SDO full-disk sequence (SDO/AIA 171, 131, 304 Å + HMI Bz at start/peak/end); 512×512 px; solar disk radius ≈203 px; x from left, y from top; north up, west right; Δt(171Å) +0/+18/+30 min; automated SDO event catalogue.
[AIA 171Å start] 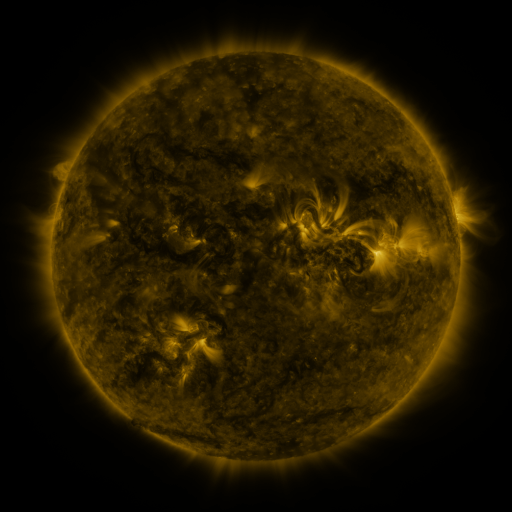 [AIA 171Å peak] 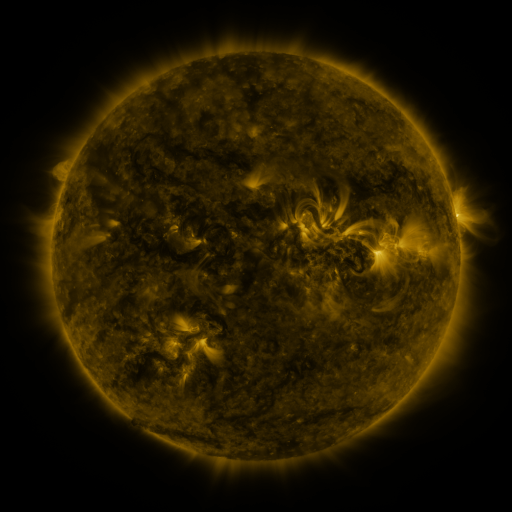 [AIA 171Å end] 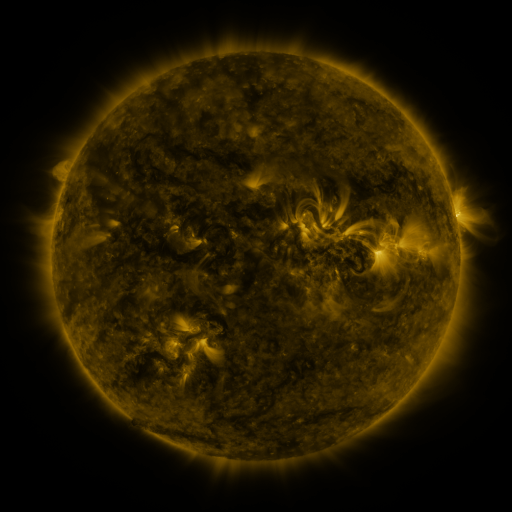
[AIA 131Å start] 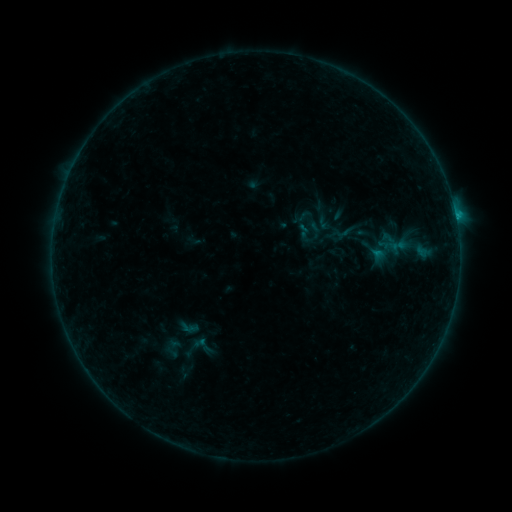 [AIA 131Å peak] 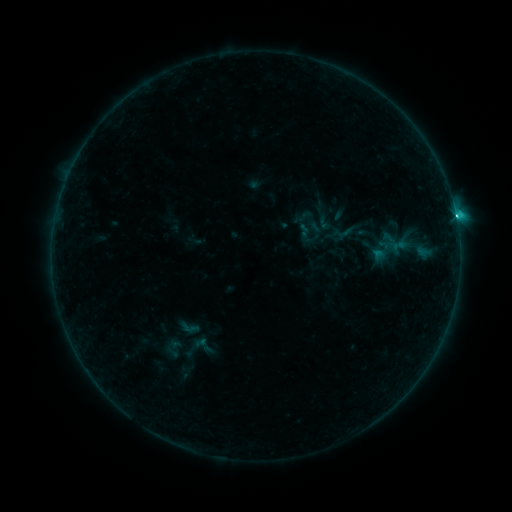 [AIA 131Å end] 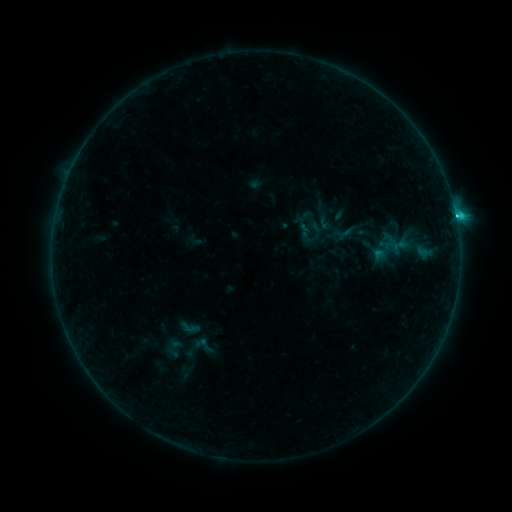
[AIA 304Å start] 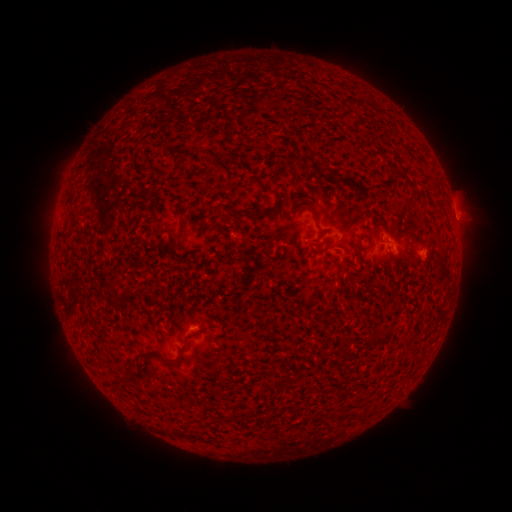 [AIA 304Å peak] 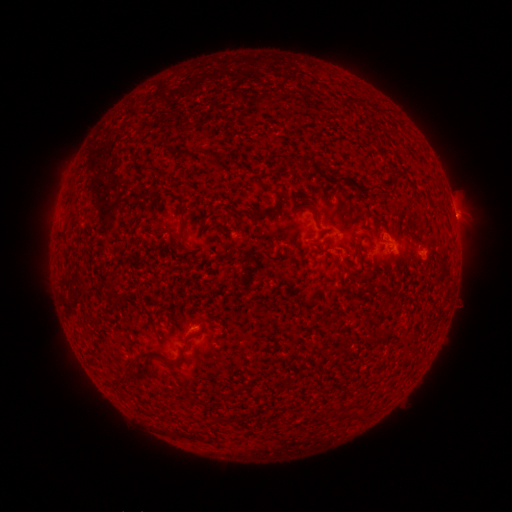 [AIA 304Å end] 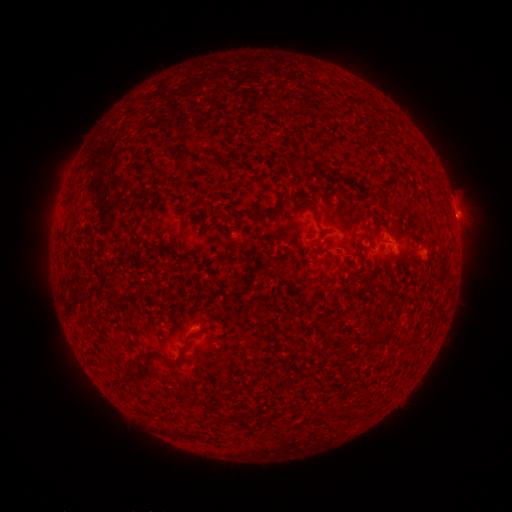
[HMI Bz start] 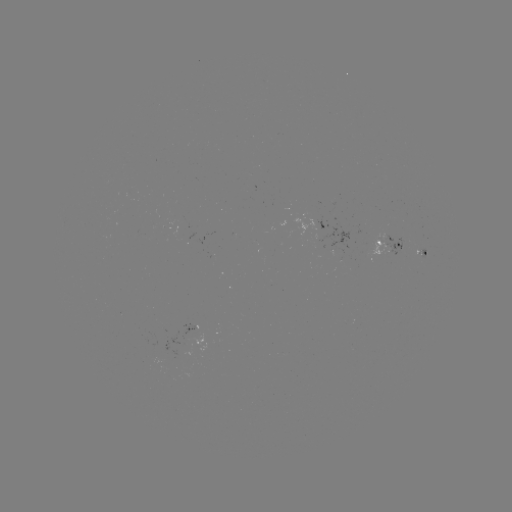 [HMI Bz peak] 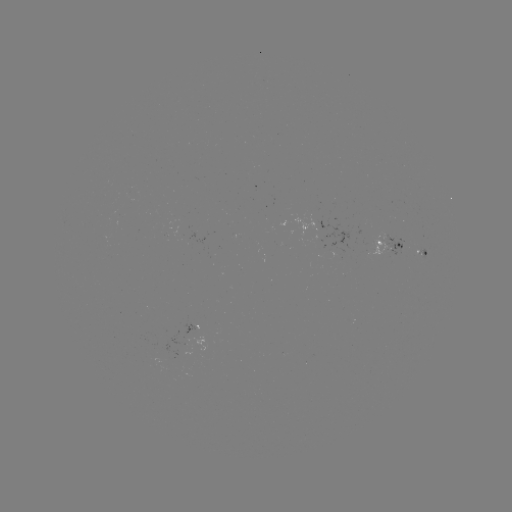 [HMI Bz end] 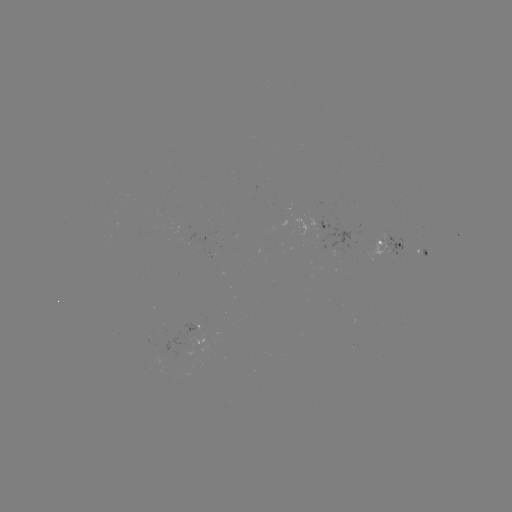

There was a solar flare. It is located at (454, 220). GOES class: C1.9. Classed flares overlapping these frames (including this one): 1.